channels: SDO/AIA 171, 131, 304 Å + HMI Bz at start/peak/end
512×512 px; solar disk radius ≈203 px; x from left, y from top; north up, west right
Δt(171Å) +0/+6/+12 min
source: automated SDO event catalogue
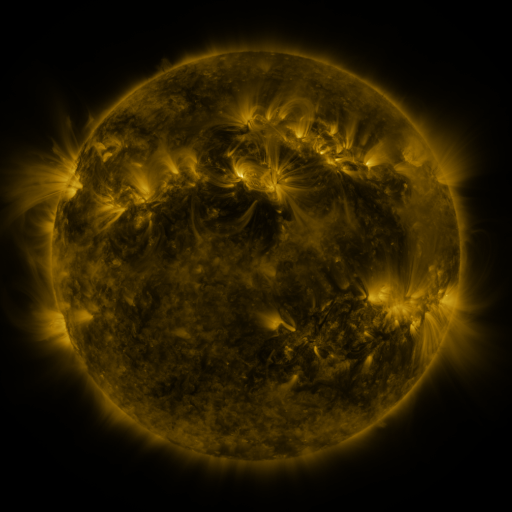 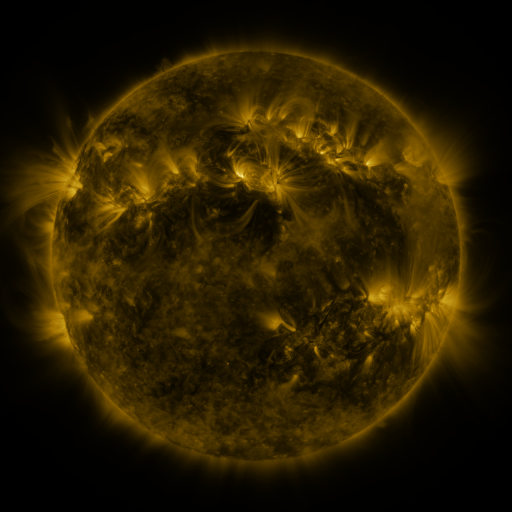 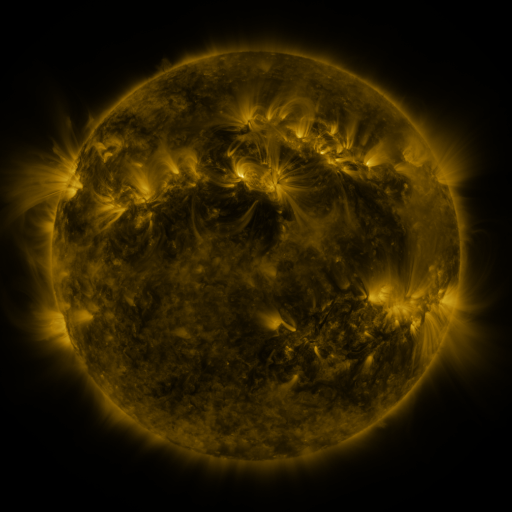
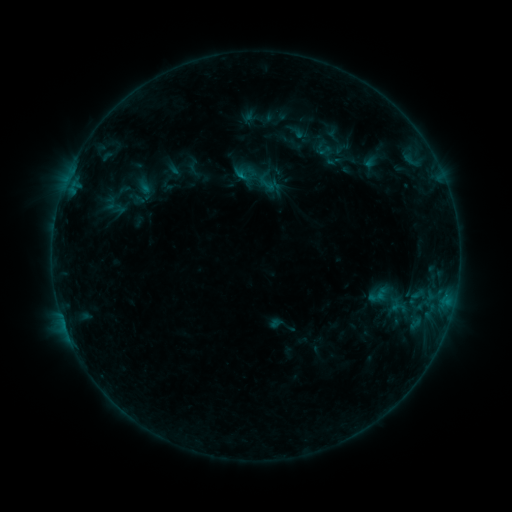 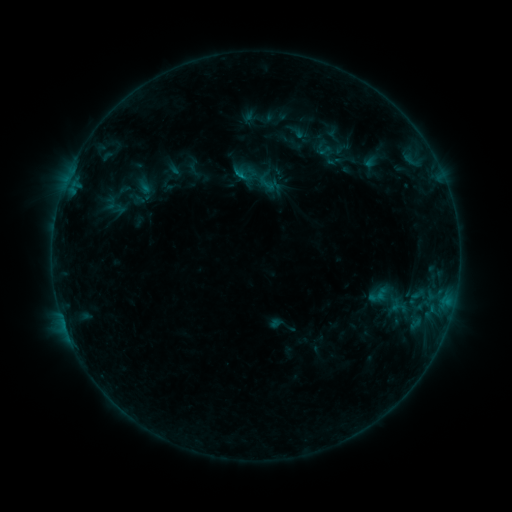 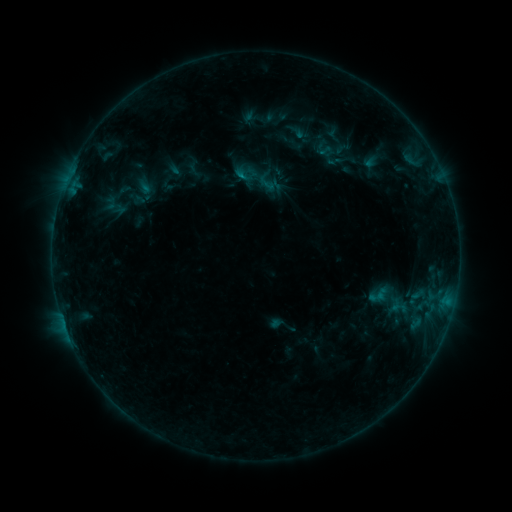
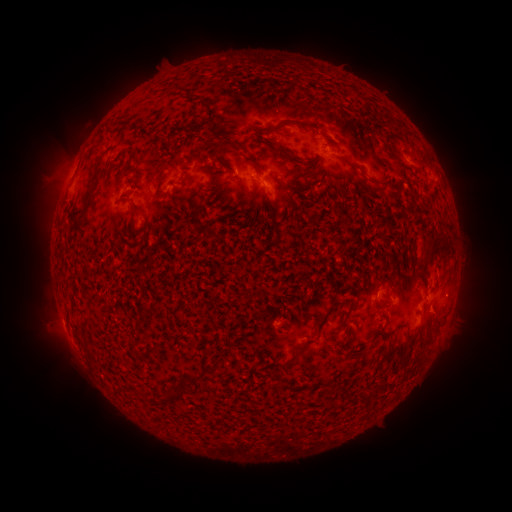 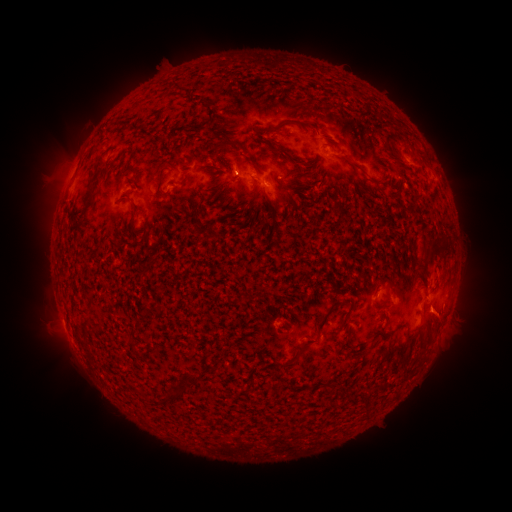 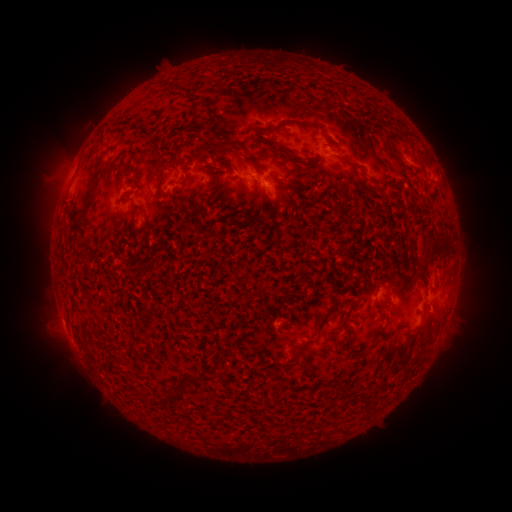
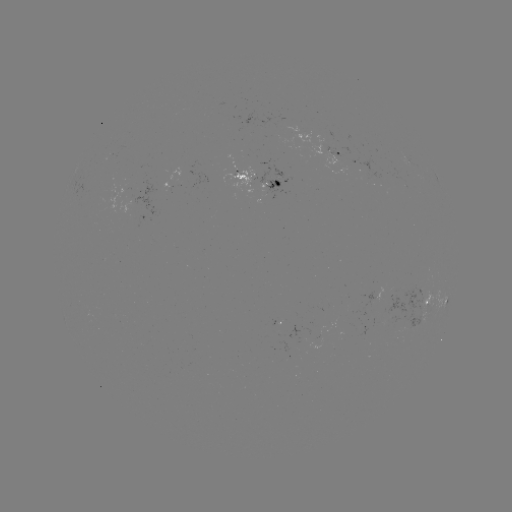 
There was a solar eruption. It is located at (444, 316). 